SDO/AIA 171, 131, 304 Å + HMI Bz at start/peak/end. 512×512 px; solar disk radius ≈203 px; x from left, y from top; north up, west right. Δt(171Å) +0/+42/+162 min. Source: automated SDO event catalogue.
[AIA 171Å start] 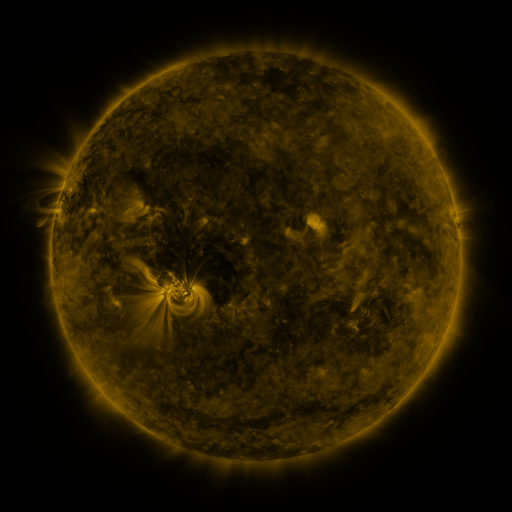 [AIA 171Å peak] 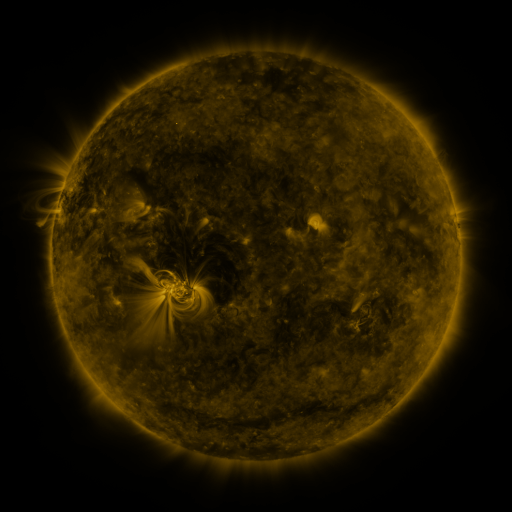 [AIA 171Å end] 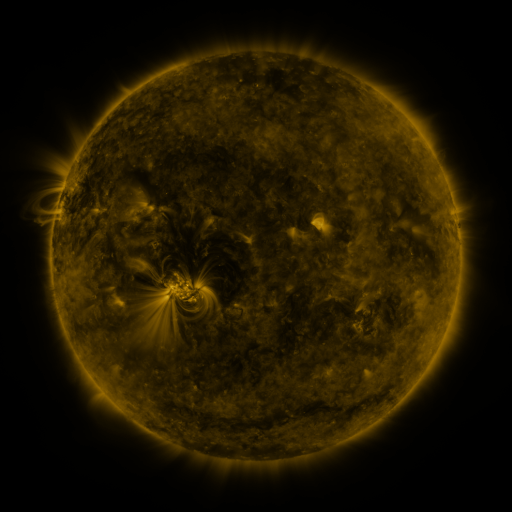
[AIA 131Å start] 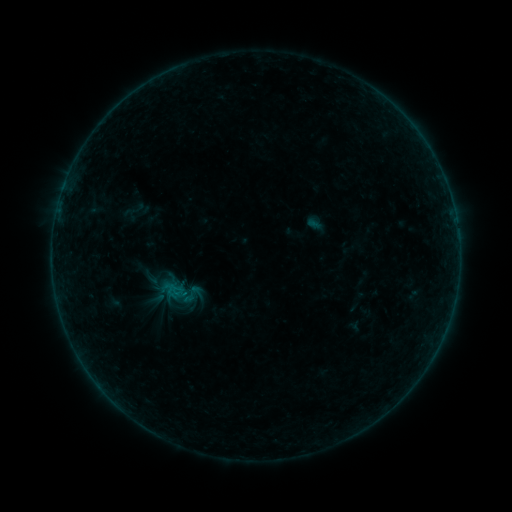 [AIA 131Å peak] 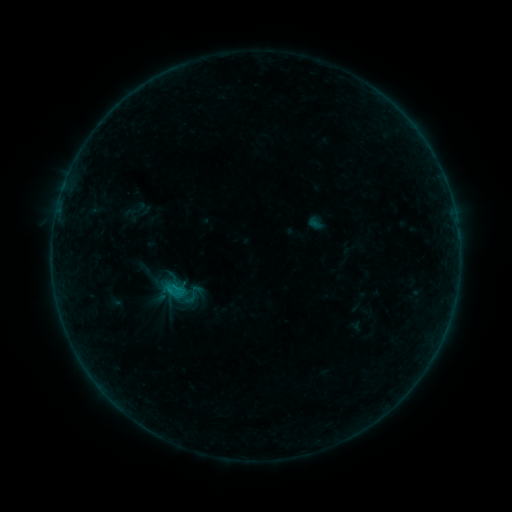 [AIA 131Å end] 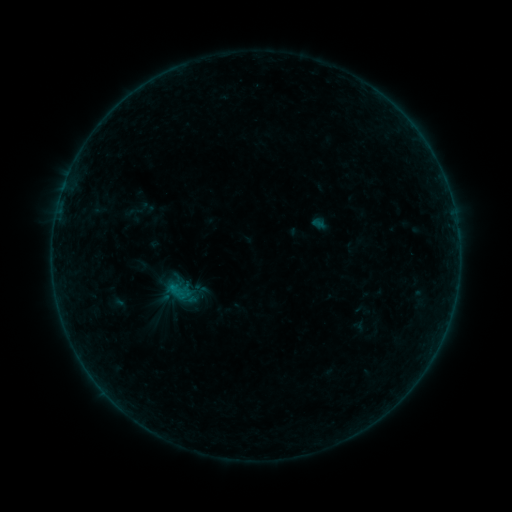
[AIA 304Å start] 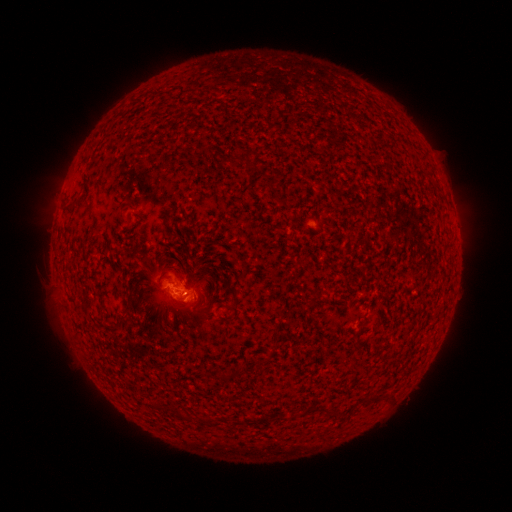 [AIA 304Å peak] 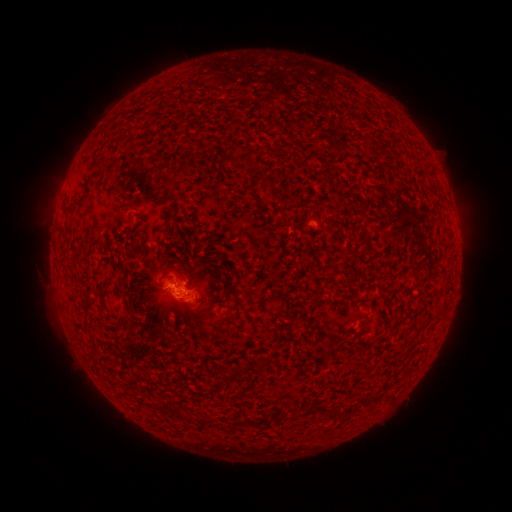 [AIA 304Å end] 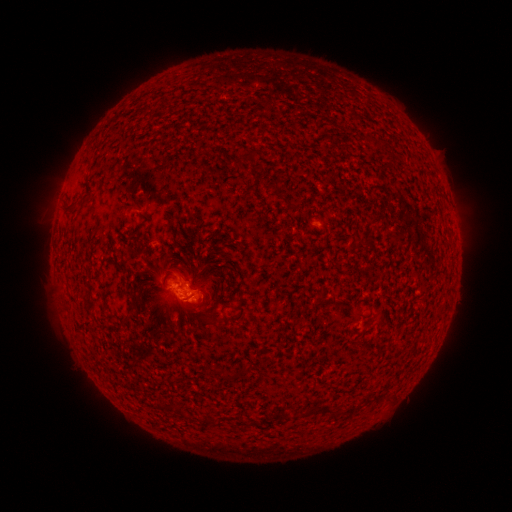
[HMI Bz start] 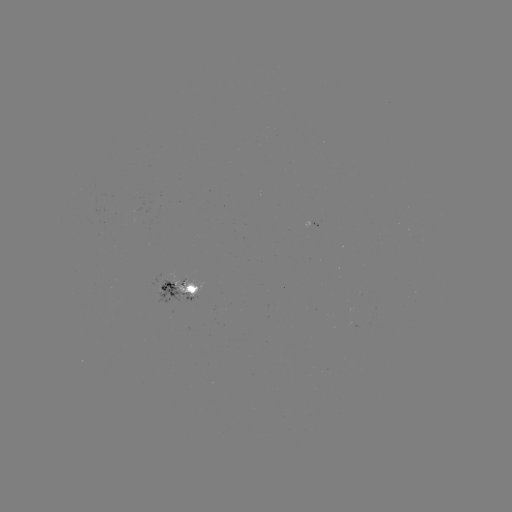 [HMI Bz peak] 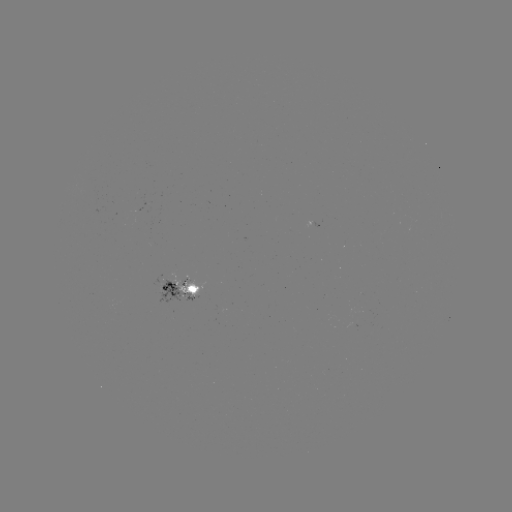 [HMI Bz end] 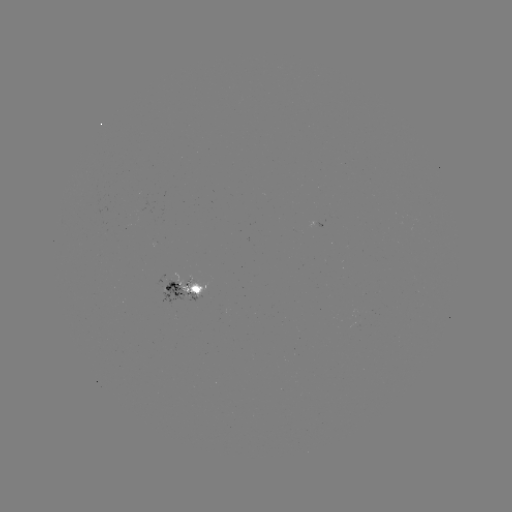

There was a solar flare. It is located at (176, 286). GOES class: B5.4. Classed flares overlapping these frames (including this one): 1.